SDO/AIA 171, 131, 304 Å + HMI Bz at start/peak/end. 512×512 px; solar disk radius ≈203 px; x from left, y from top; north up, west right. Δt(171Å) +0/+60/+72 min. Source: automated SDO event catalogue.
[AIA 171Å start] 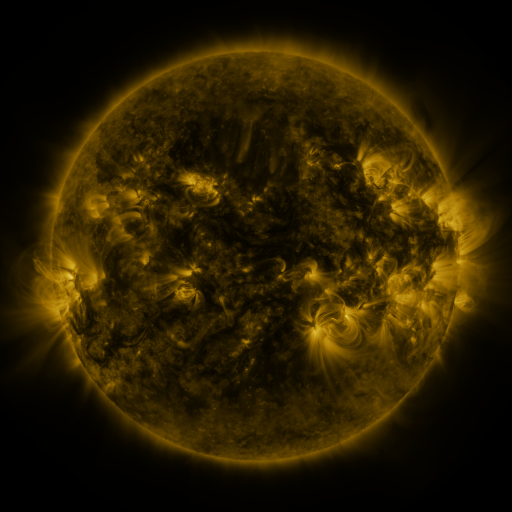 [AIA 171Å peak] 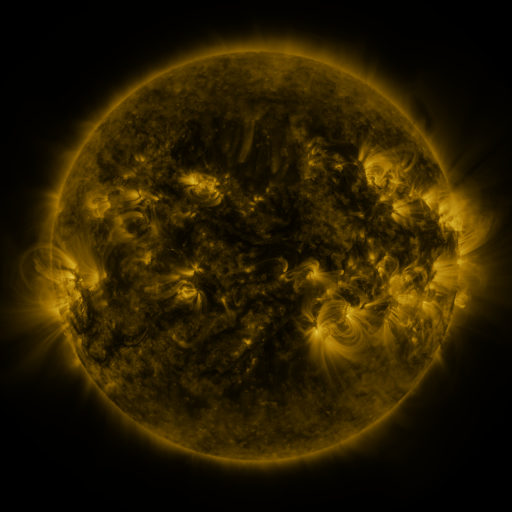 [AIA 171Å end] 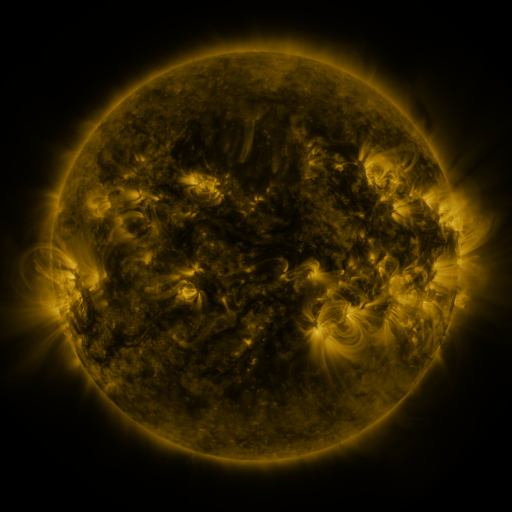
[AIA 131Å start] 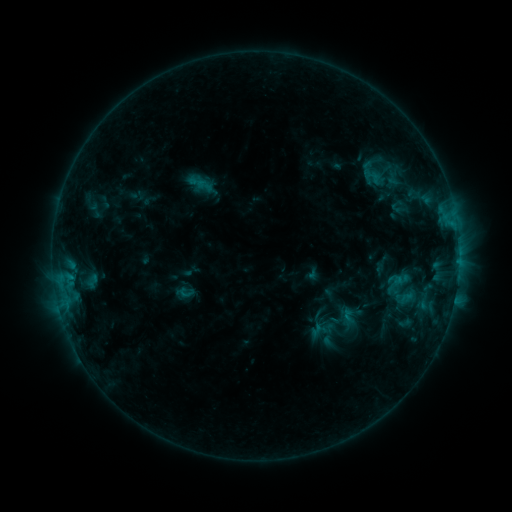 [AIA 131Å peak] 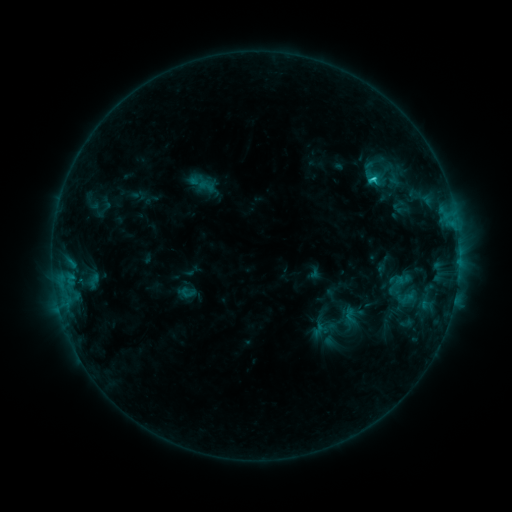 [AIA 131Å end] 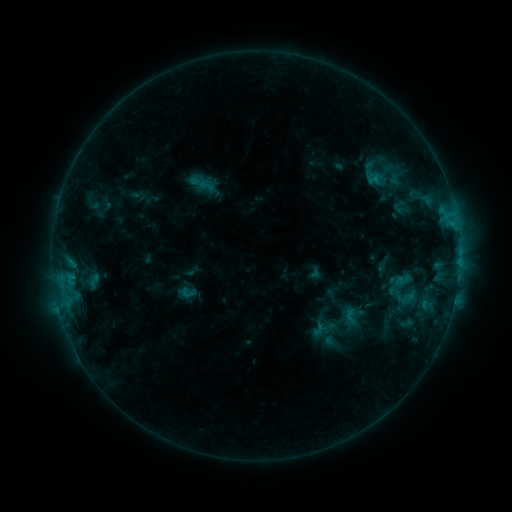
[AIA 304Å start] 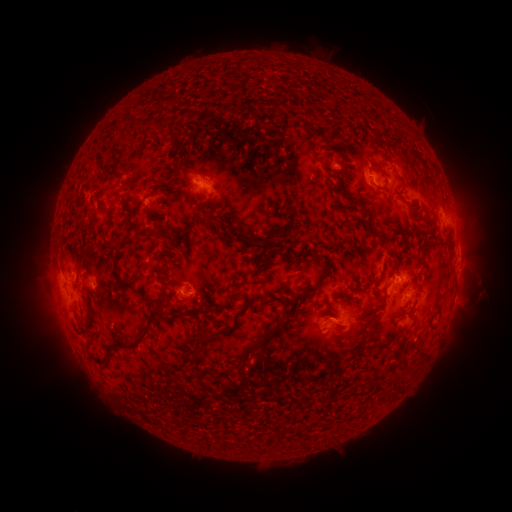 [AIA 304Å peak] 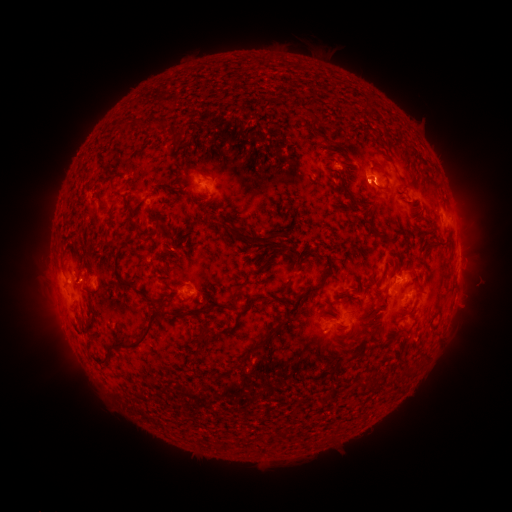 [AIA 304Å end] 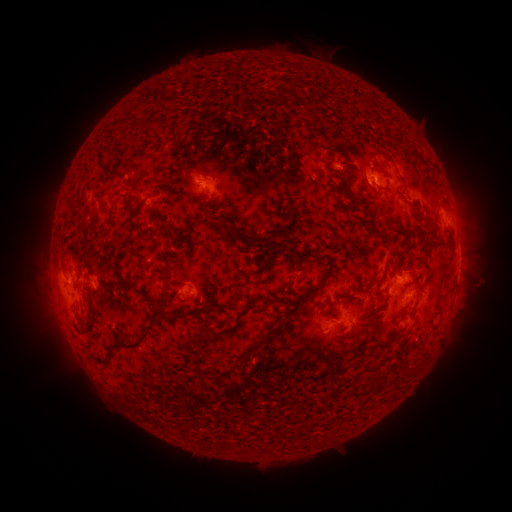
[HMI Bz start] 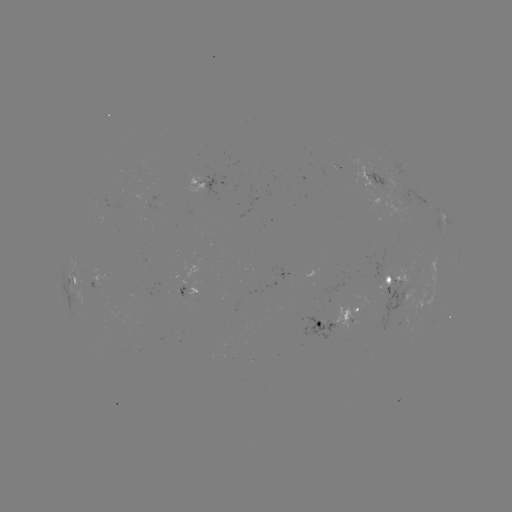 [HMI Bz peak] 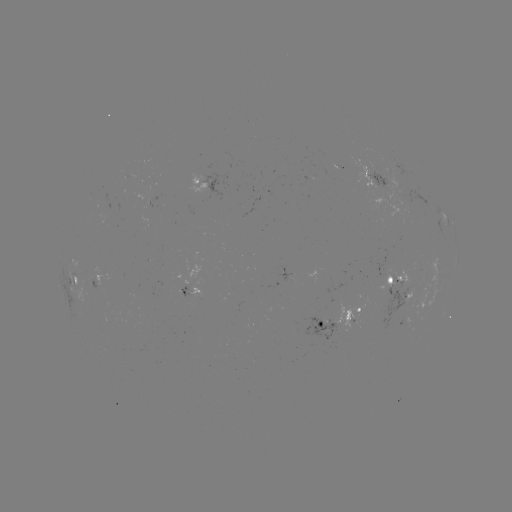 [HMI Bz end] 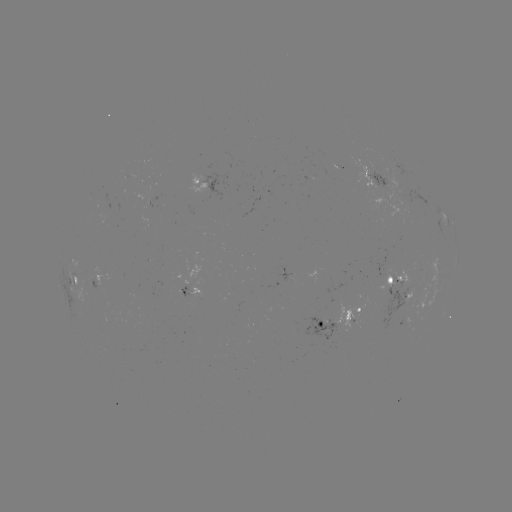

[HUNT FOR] emerging-flux region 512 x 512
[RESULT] (124, 173)